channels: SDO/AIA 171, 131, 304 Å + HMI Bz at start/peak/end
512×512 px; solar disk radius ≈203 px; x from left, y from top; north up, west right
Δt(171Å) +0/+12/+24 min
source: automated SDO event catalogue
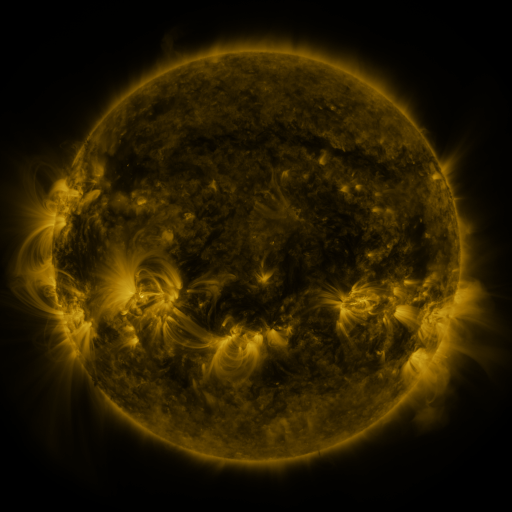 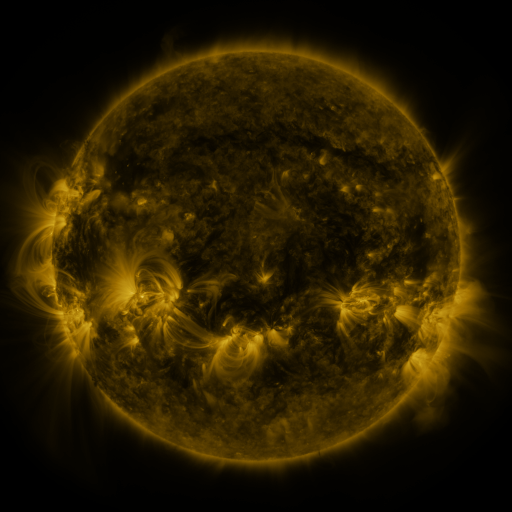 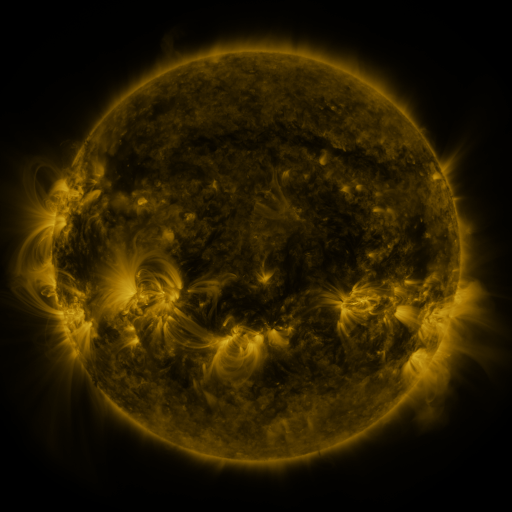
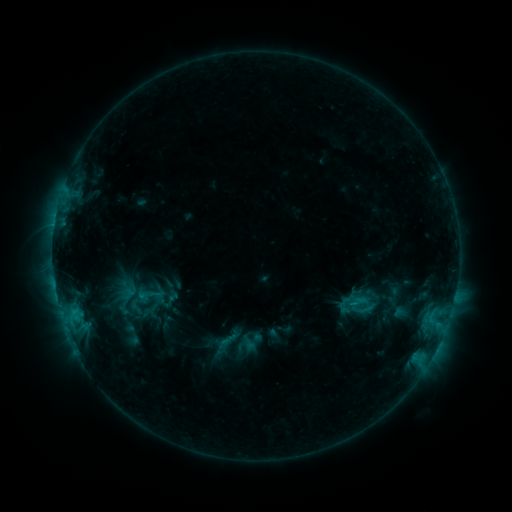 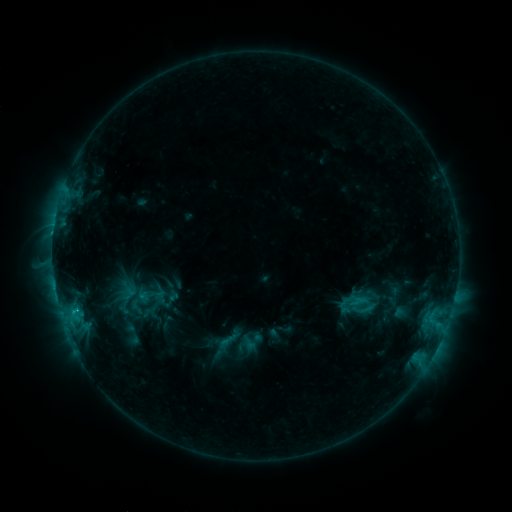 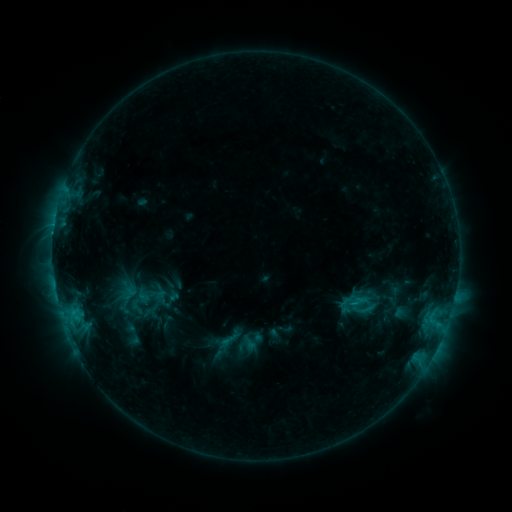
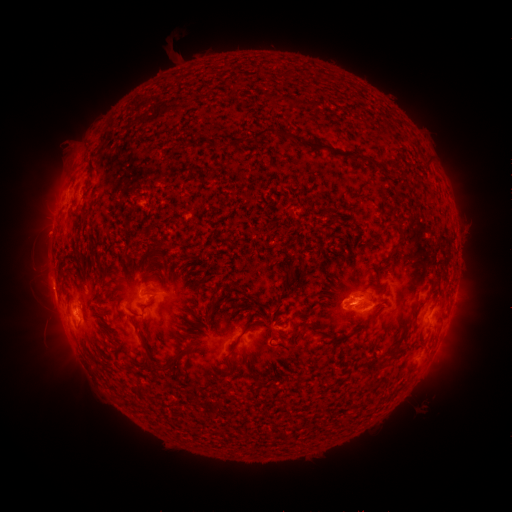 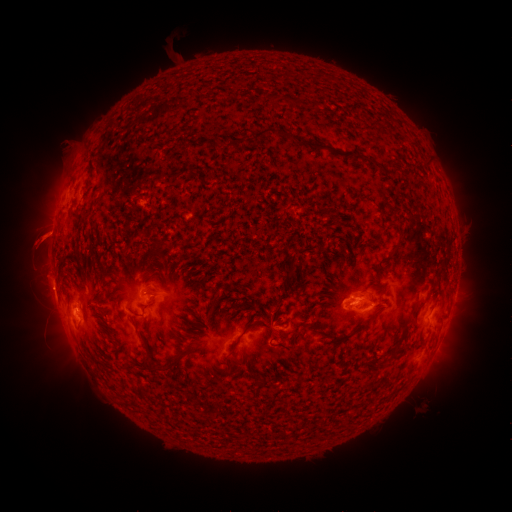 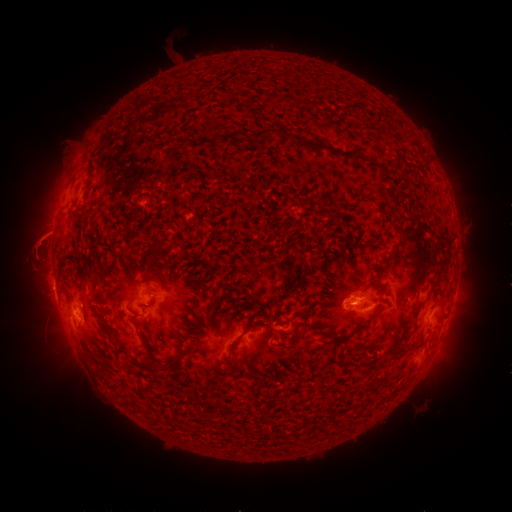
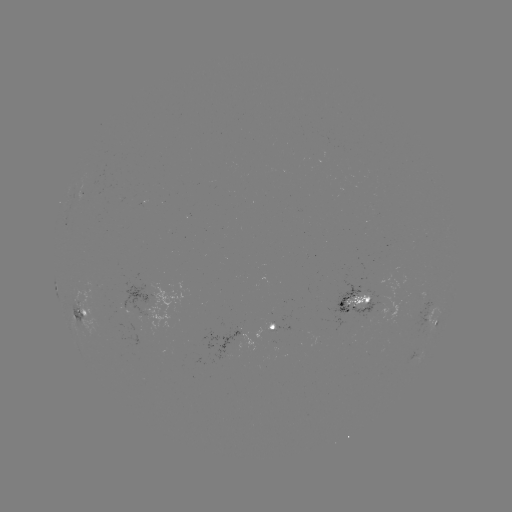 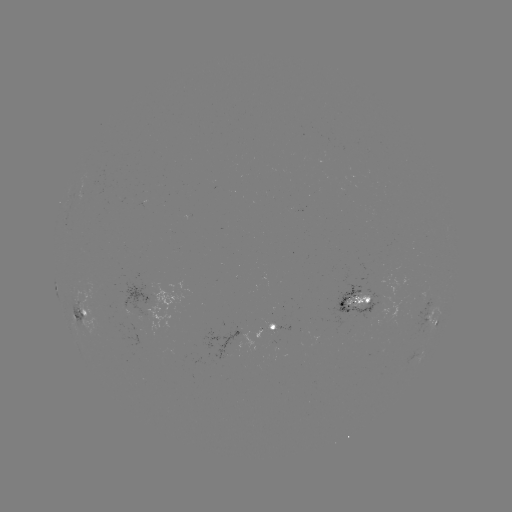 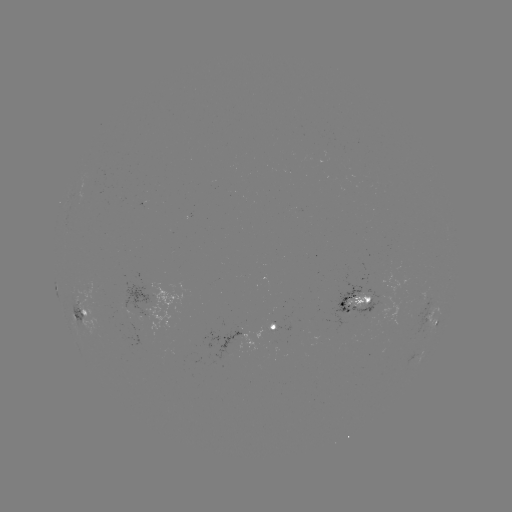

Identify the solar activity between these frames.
eruption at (36, 241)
